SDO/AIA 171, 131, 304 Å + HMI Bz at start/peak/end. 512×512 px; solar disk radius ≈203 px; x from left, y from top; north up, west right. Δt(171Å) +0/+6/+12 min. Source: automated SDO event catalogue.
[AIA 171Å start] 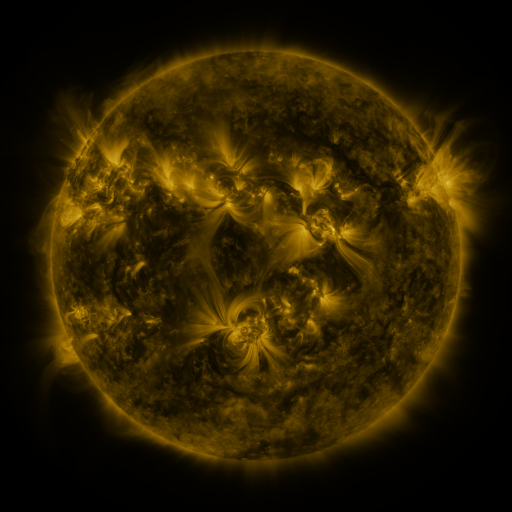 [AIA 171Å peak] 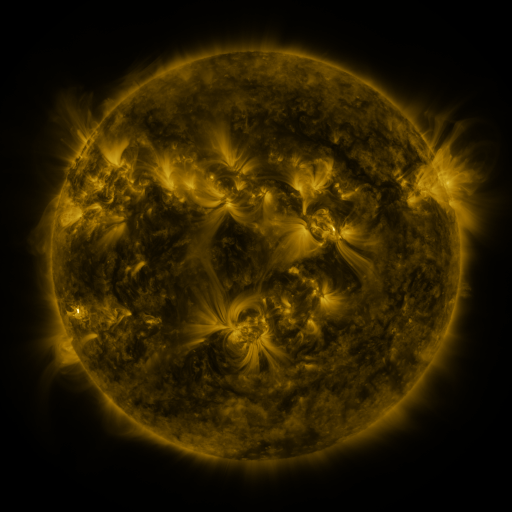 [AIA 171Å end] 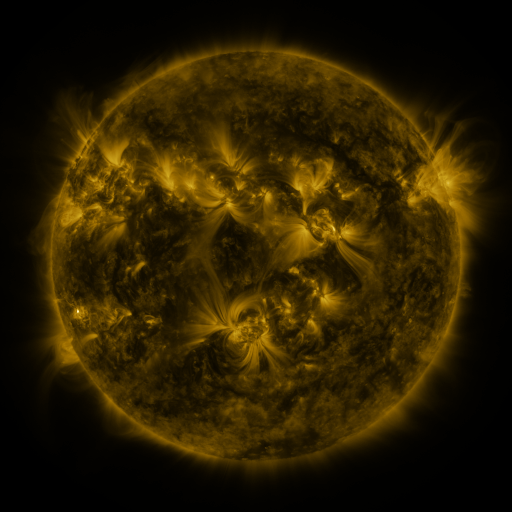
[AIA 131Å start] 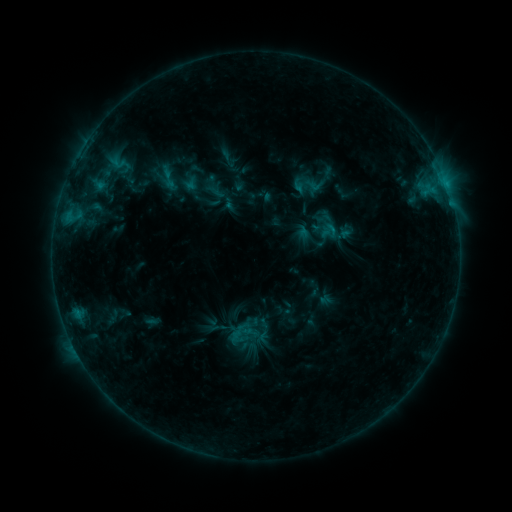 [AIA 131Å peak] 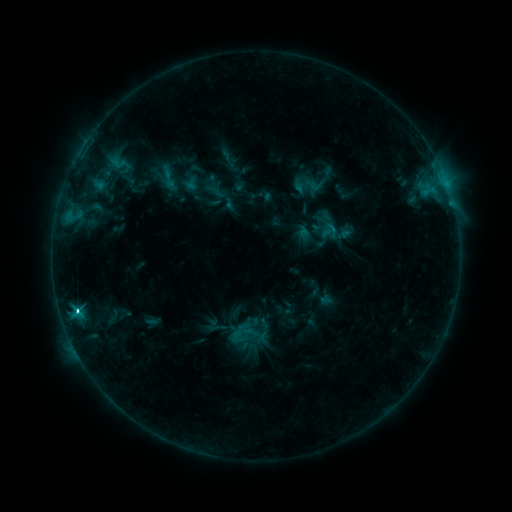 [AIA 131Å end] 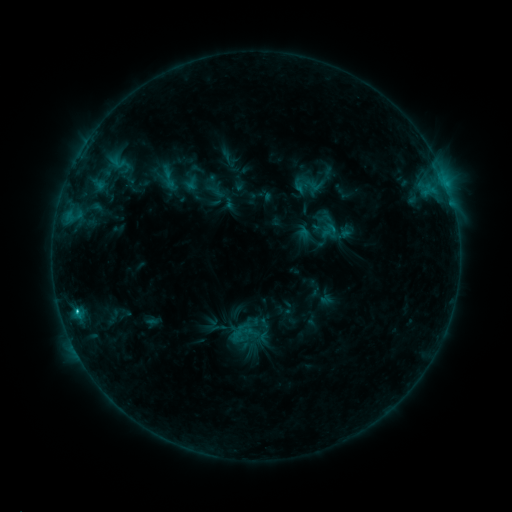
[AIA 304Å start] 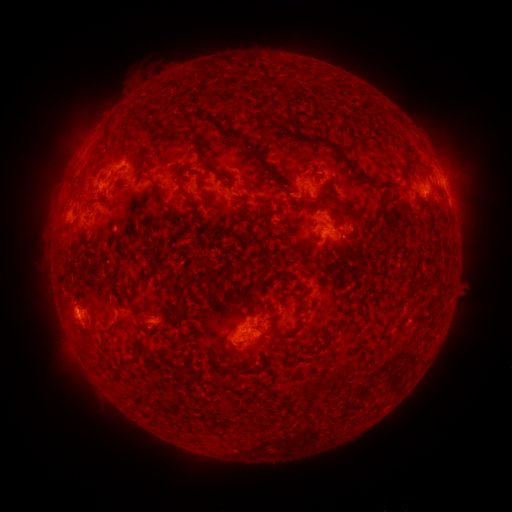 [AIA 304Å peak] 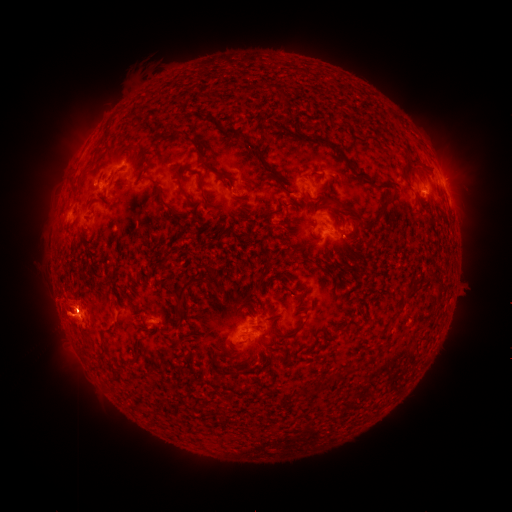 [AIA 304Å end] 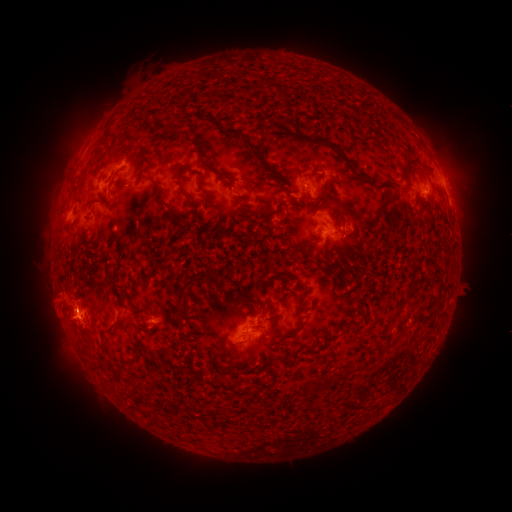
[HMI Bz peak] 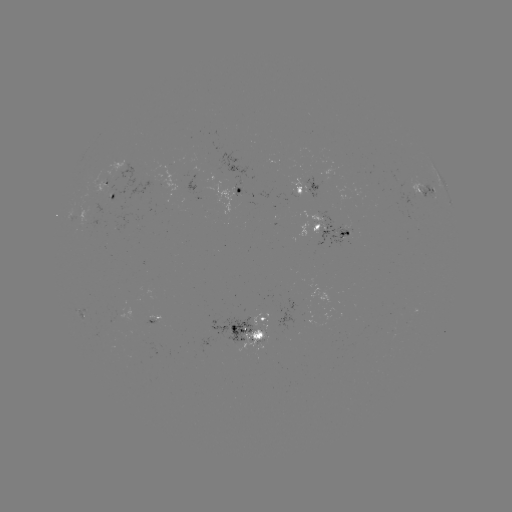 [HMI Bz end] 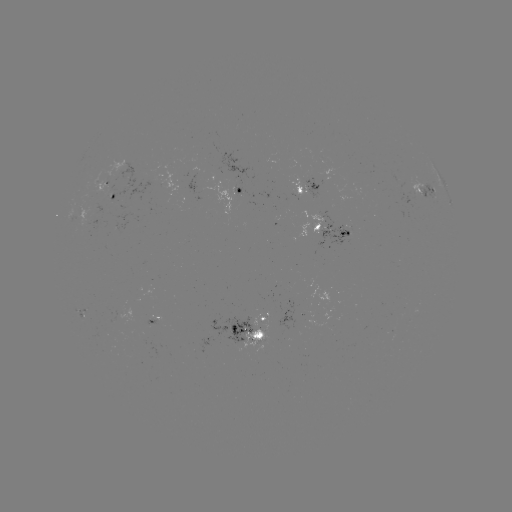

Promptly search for C2.9 flare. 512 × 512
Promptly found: (76, 309).